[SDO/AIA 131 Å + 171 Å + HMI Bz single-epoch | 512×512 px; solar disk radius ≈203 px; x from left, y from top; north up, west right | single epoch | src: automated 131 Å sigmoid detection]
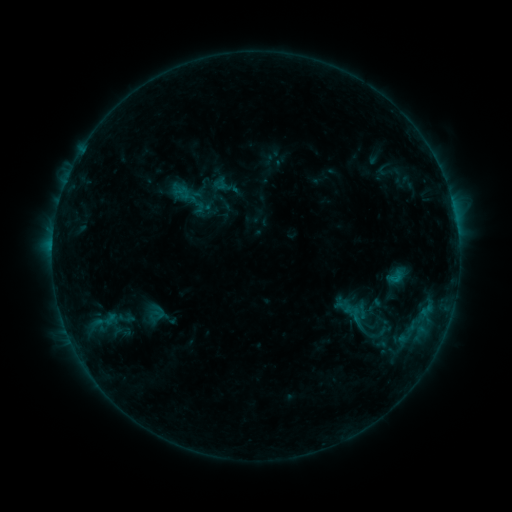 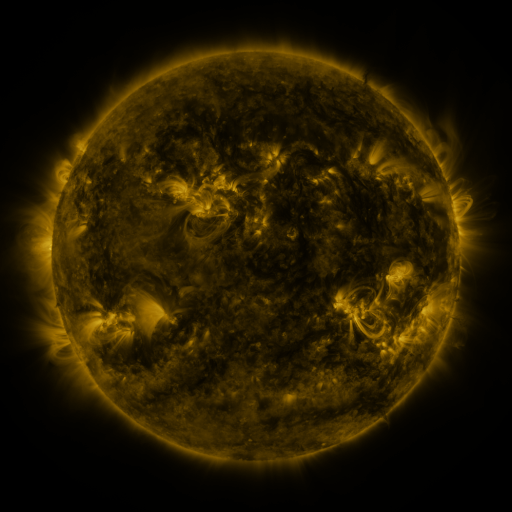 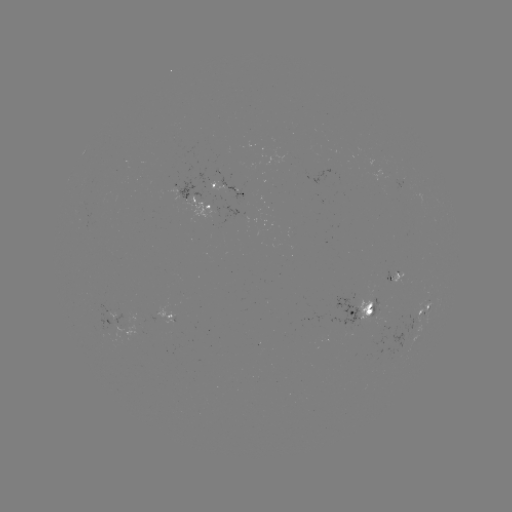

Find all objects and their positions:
sigmoid: [211, 171, 241, 200]
sigmoid: [167, 176, 210, 219]
